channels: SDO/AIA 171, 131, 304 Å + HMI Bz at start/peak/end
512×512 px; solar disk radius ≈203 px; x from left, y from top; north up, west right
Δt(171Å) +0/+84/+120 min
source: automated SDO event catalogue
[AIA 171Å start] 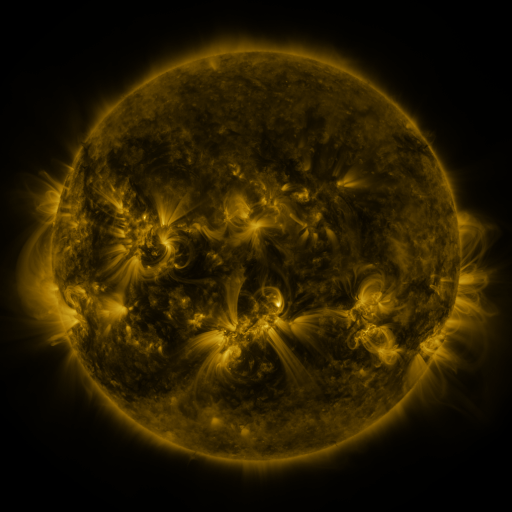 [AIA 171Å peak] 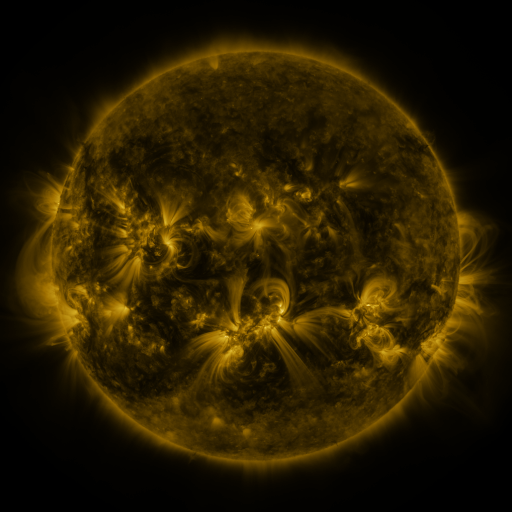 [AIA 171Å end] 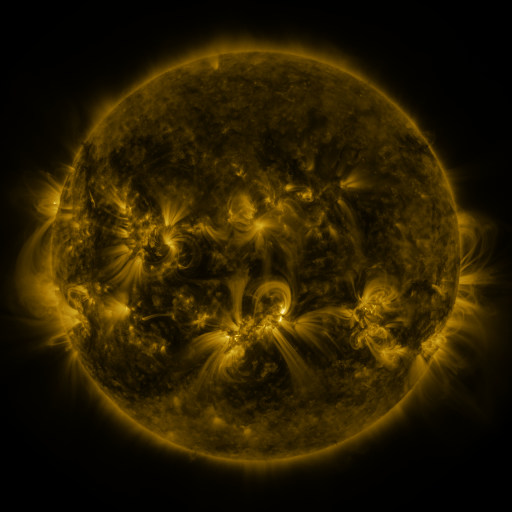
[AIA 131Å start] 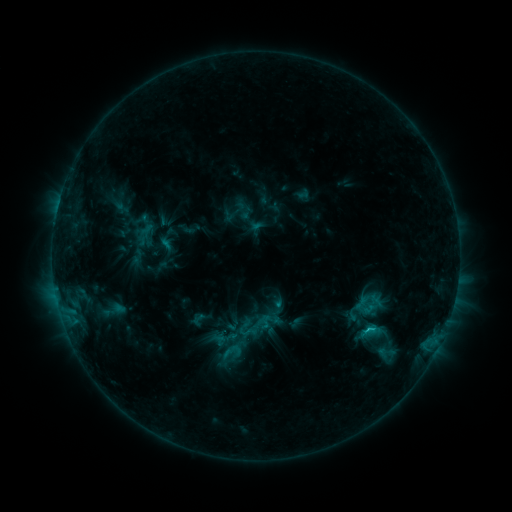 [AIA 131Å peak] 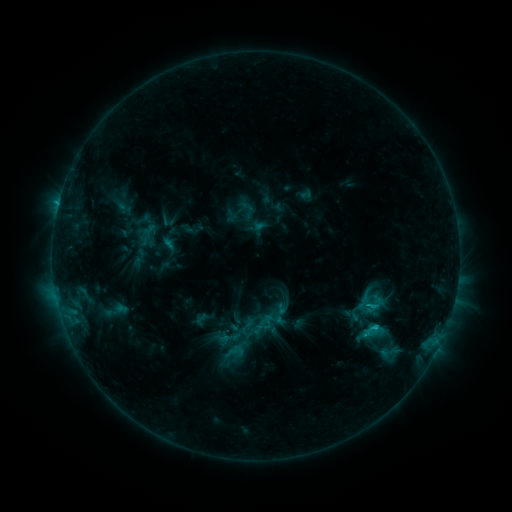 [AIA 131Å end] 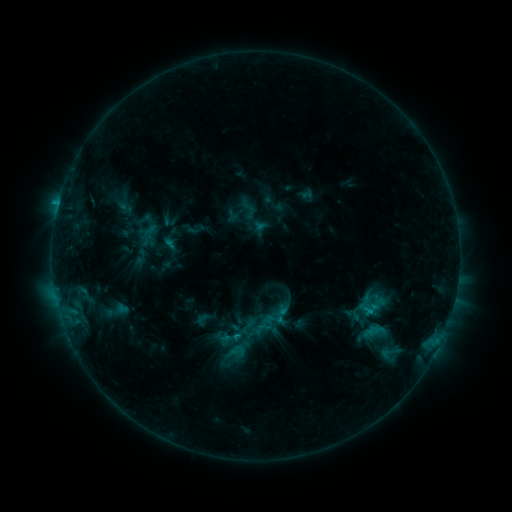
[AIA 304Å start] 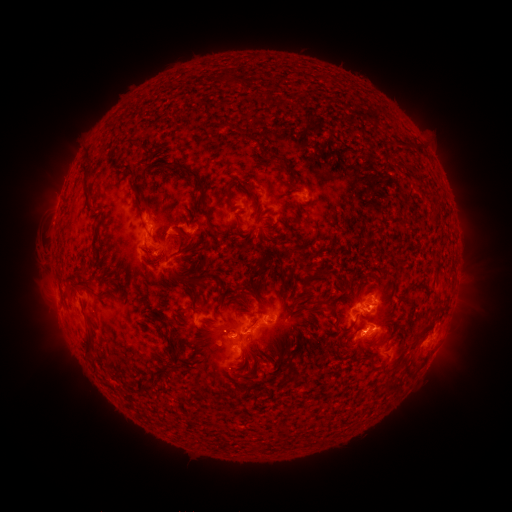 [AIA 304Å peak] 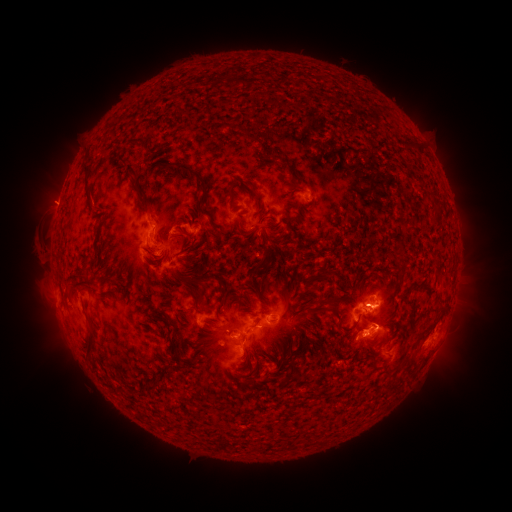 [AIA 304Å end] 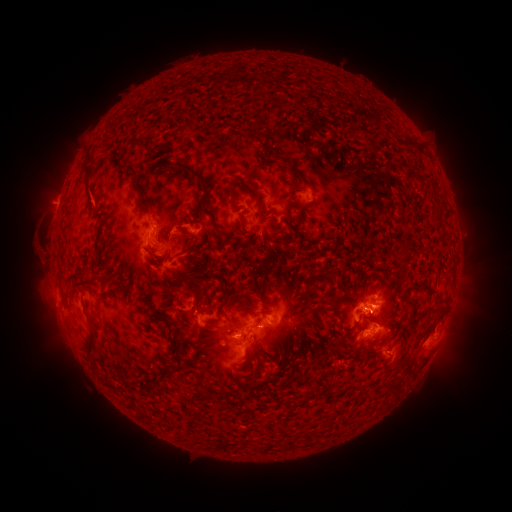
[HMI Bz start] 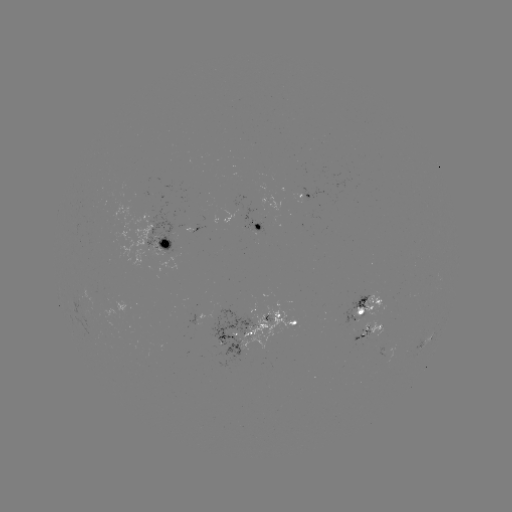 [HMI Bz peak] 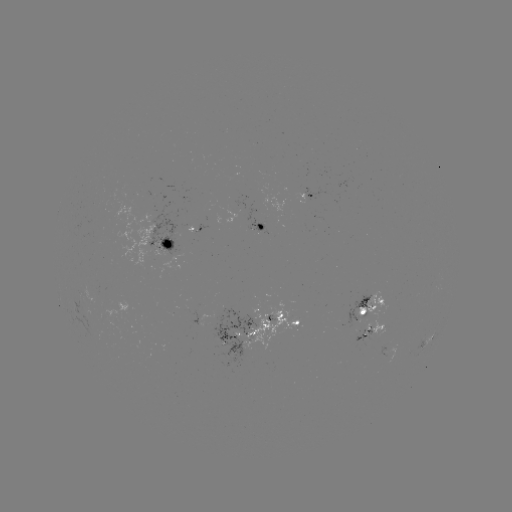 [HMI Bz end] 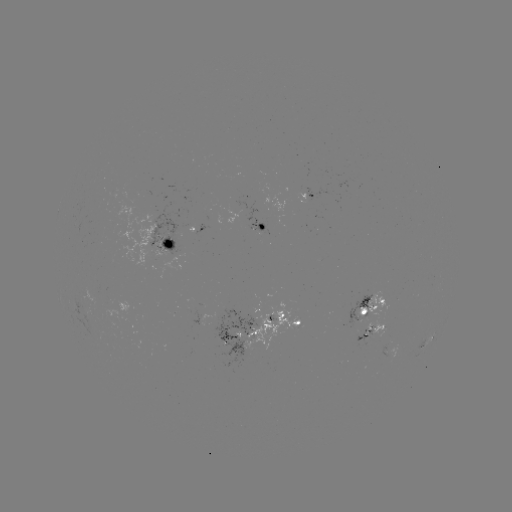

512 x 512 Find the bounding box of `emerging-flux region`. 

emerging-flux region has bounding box [234, 195, 268, 245].